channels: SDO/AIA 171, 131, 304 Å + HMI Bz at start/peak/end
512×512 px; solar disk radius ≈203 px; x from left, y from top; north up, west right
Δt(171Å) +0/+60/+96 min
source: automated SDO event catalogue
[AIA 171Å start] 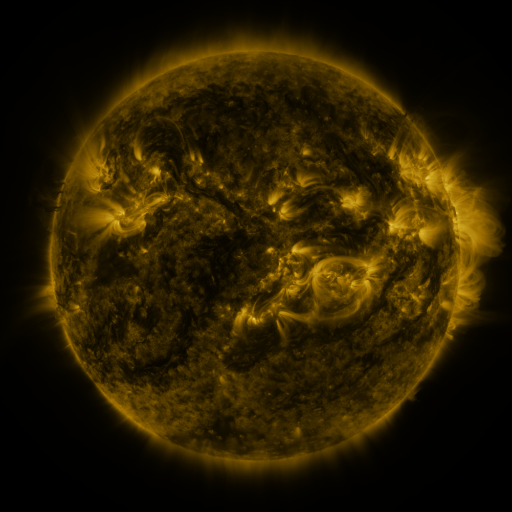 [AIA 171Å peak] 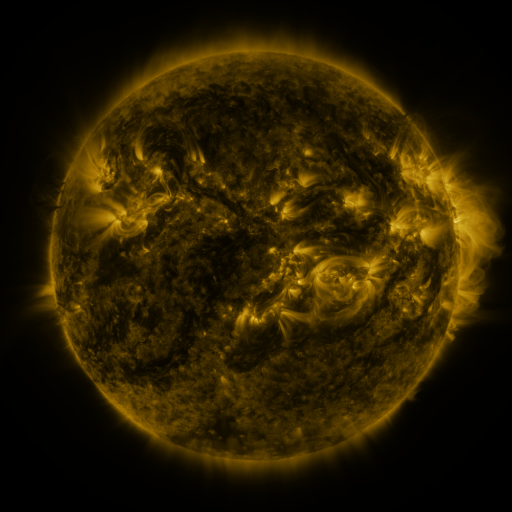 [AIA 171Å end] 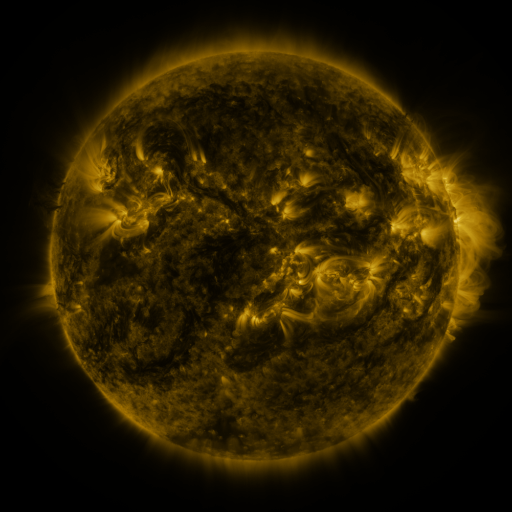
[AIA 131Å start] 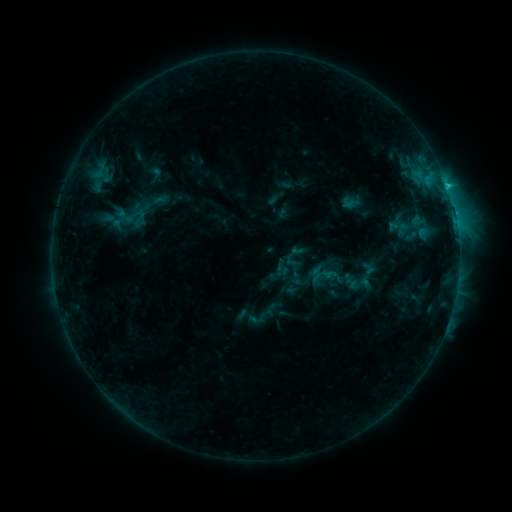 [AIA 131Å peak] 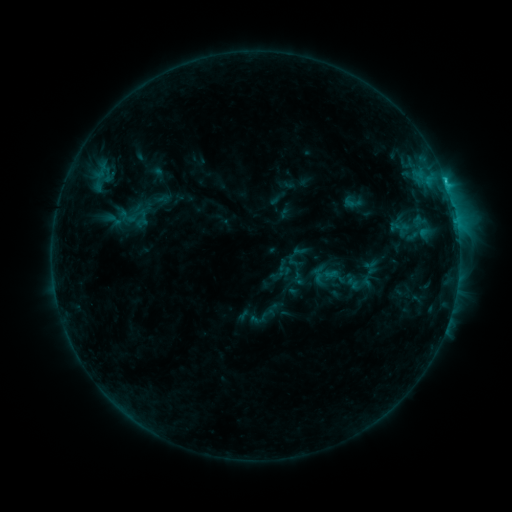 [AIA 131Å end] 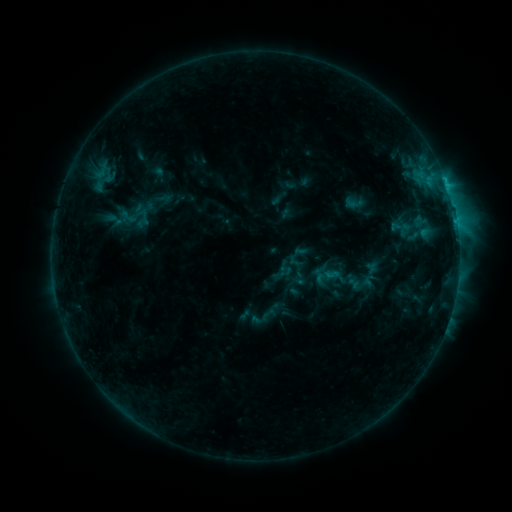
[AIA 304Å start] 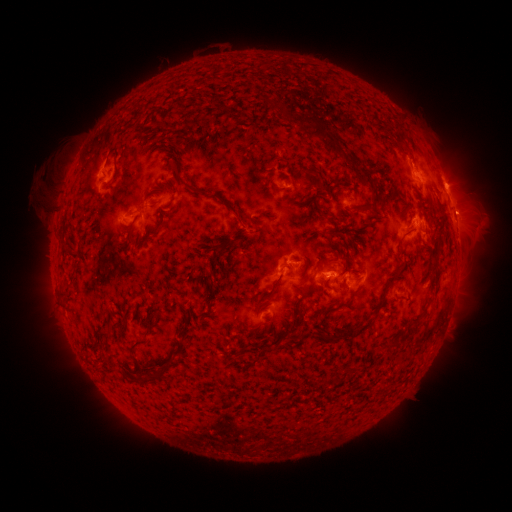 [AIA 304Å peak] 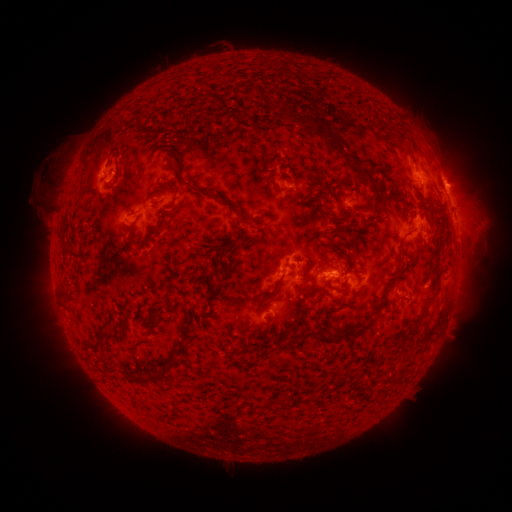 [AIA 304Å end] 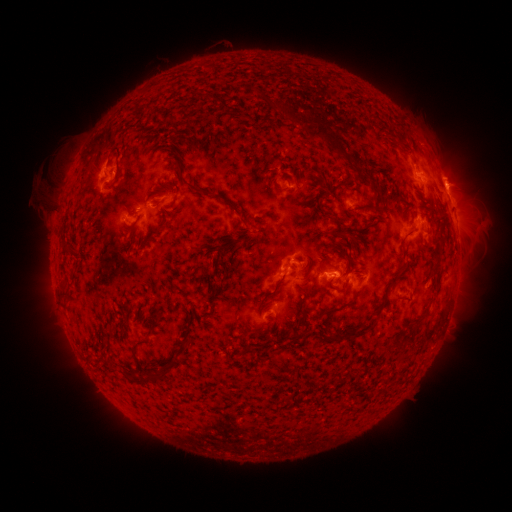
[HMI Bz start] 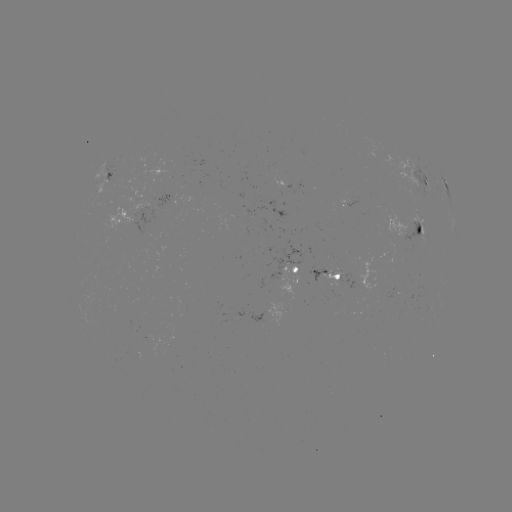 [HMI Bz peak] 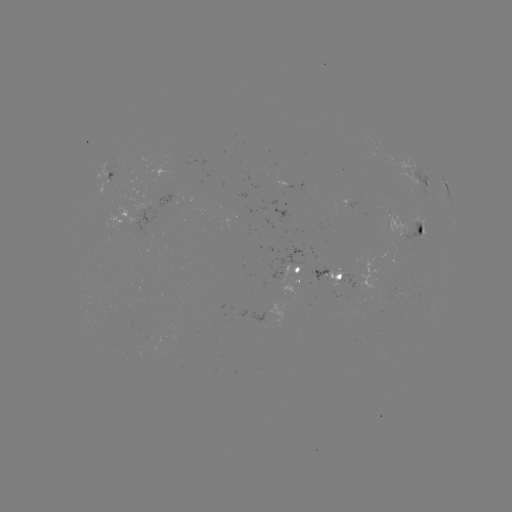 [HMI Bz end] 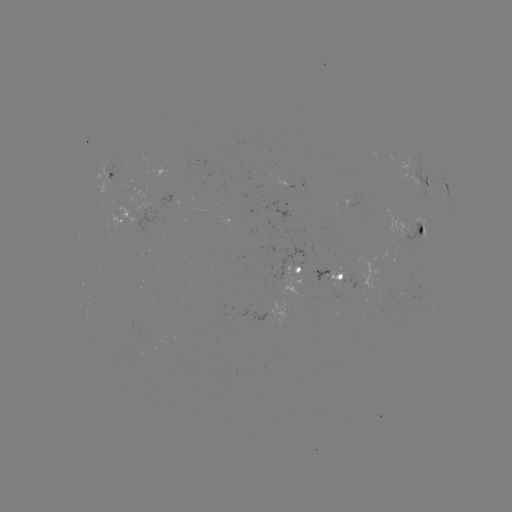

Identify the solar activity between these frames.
emerging-flux region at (151, 335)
